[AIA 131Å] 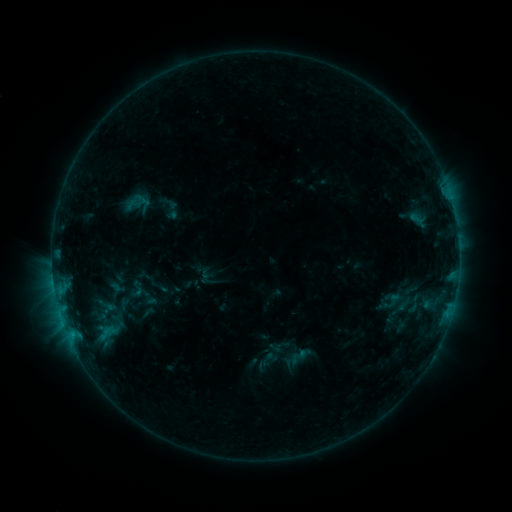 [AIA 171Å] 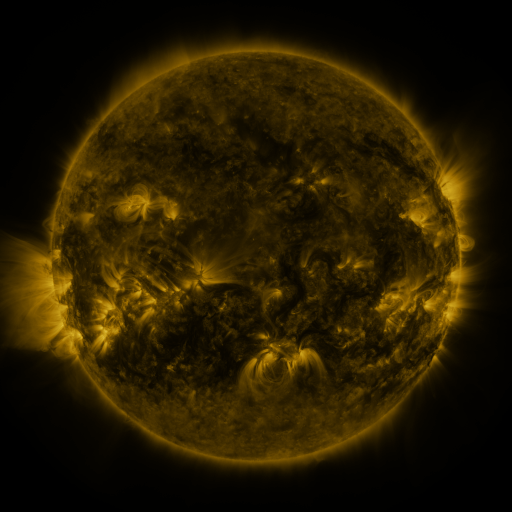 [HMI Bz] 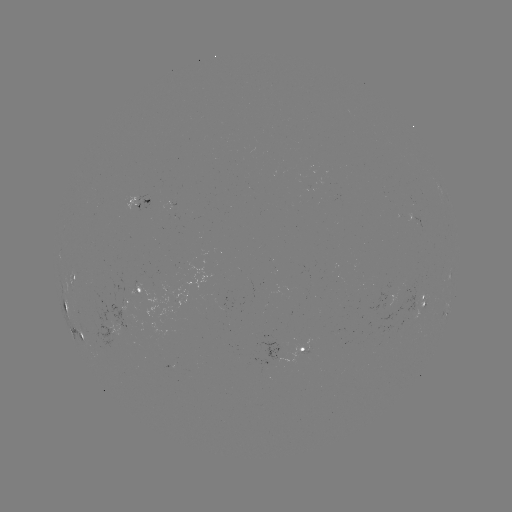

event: sigmoid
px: (136, 288)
